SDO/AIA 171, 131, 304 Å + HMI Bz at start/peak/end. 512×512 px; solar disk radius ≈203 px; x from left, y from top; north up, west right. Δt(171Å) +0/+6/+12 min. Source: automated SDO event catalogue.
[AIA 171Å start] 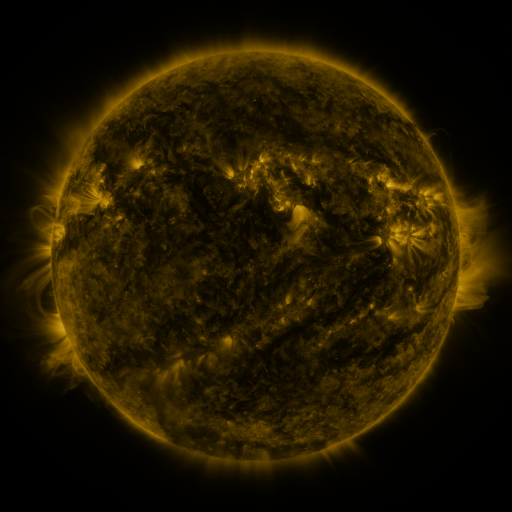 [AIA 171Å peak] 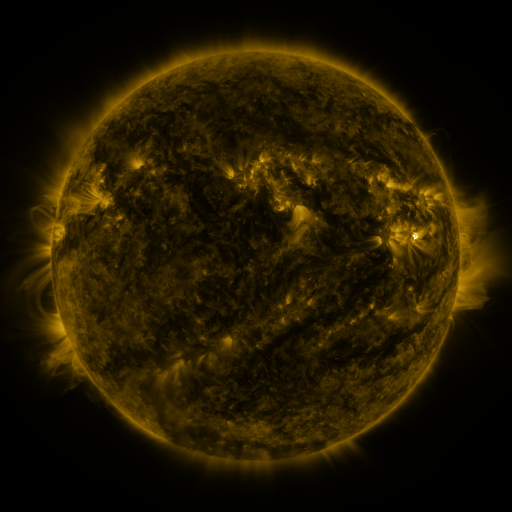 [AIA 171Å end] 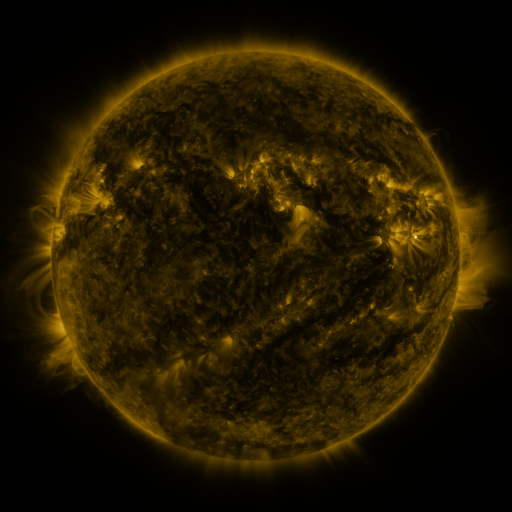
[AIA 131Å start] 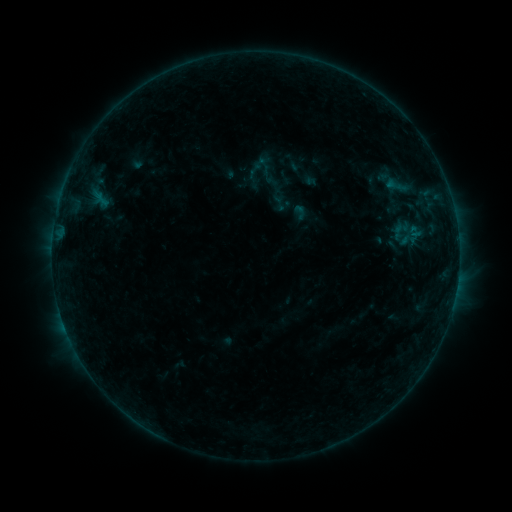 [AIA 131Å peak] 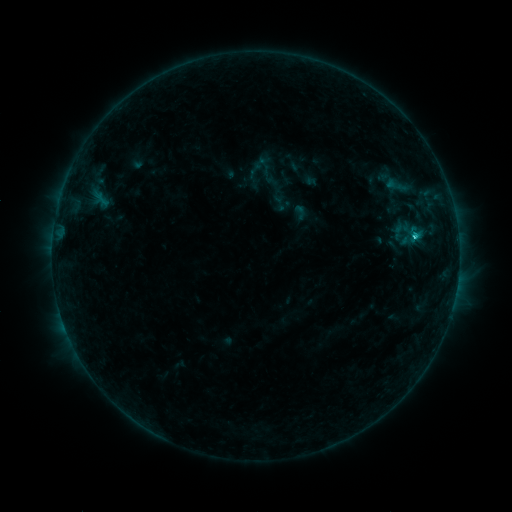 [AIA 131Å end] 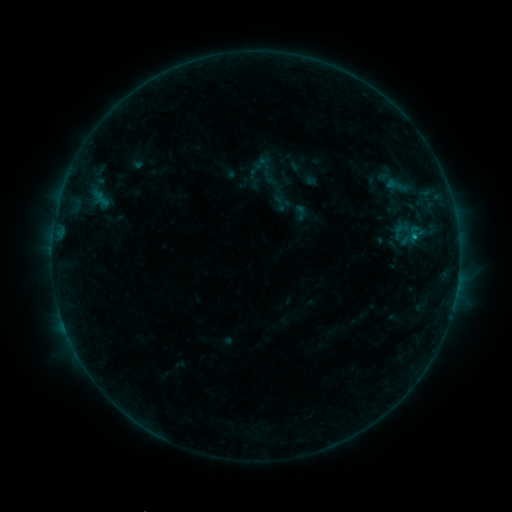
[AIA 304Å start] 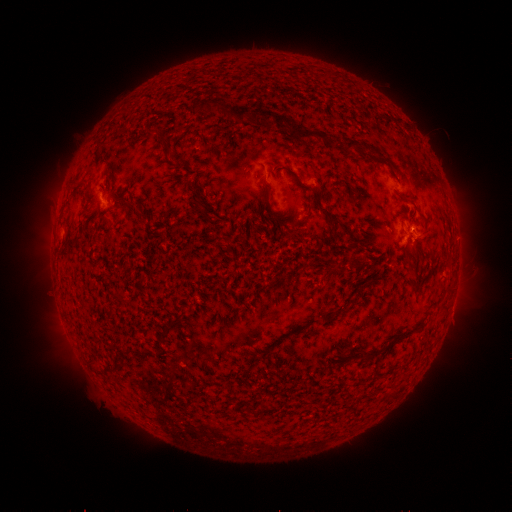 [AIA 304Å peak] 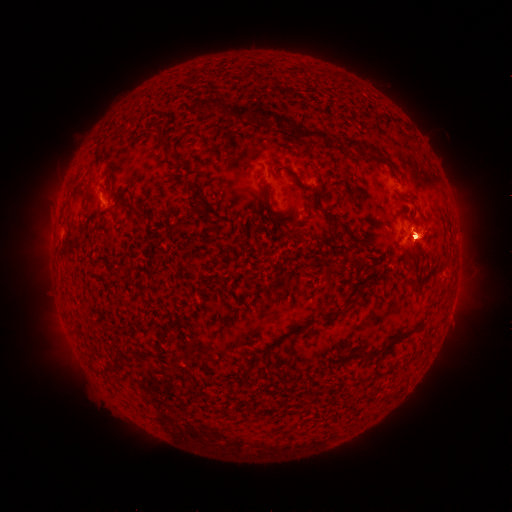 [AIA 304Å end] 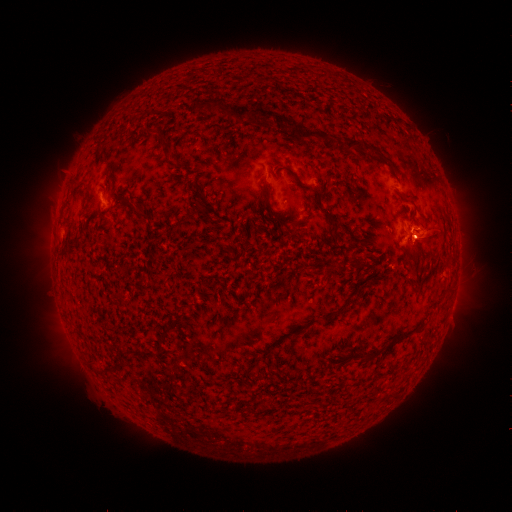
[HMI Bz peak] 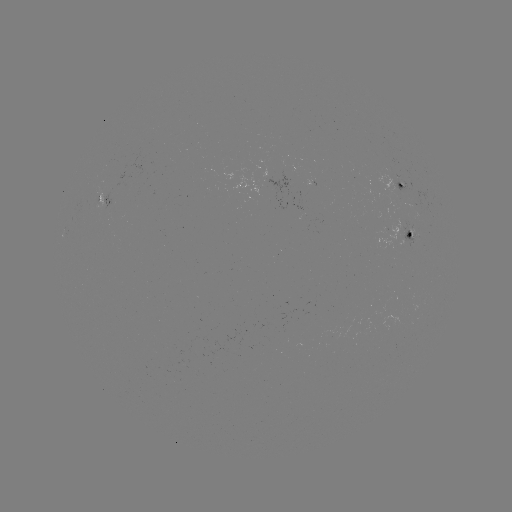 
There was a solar flare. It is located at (412, 238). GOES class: B8.6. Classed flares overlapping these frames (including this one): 1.